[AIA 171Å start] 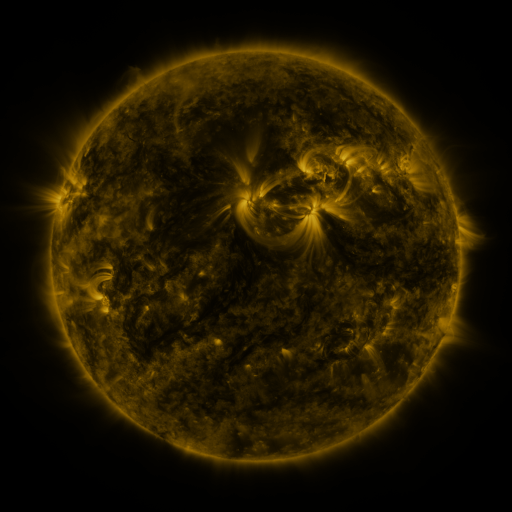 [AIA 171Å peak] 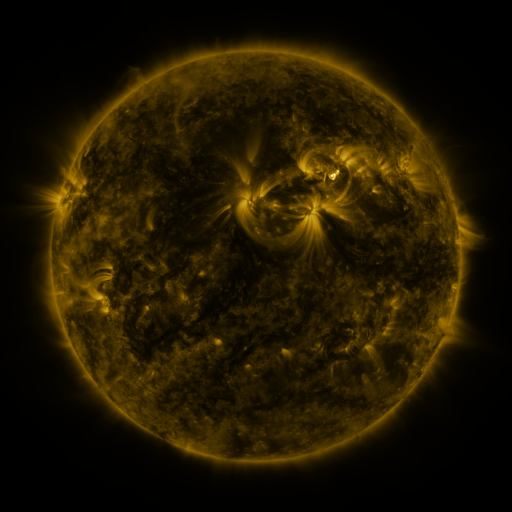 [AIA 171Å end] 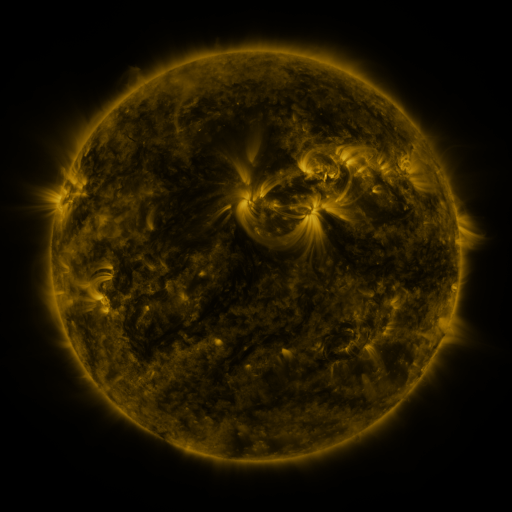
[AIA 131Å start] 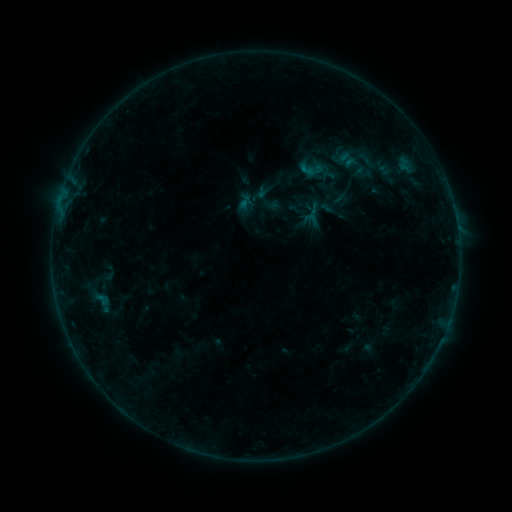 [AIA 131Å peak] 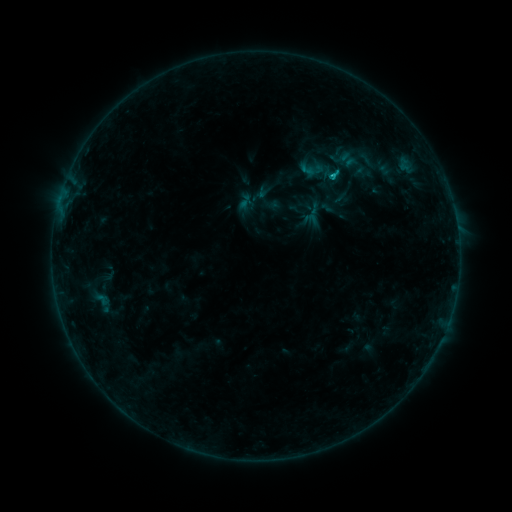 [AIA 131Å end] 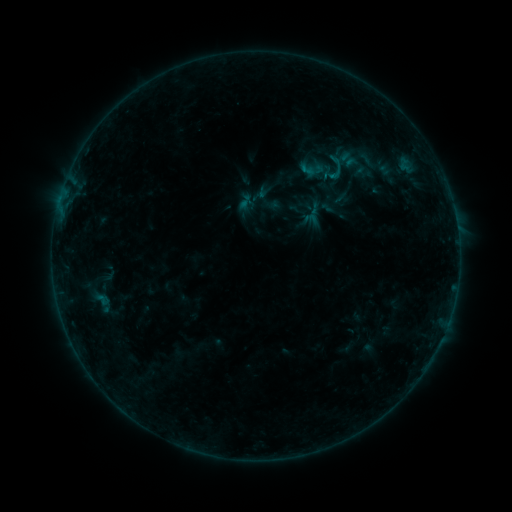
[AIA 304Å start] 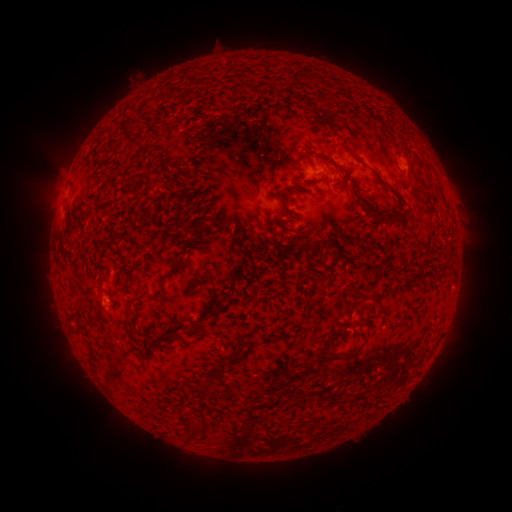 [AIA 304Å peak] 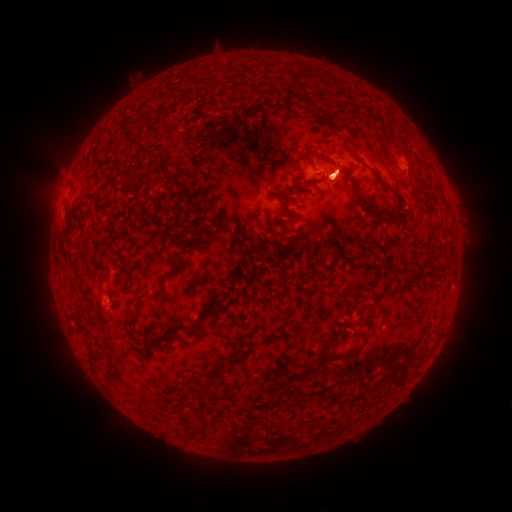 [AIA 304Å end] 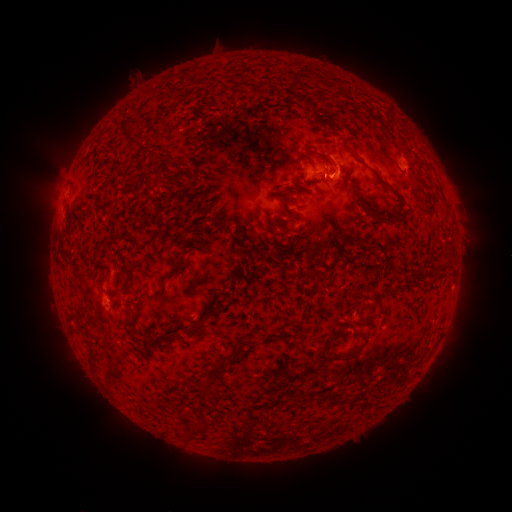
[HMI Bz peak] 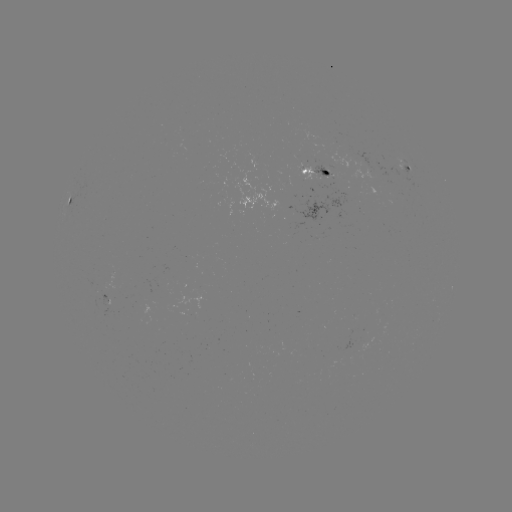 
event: flare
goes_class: B5.4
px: (332, 175)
